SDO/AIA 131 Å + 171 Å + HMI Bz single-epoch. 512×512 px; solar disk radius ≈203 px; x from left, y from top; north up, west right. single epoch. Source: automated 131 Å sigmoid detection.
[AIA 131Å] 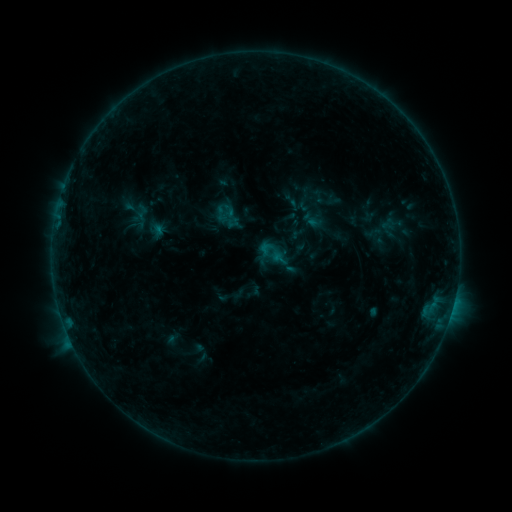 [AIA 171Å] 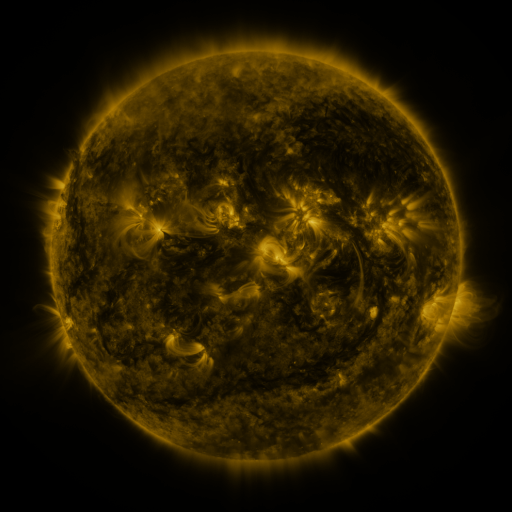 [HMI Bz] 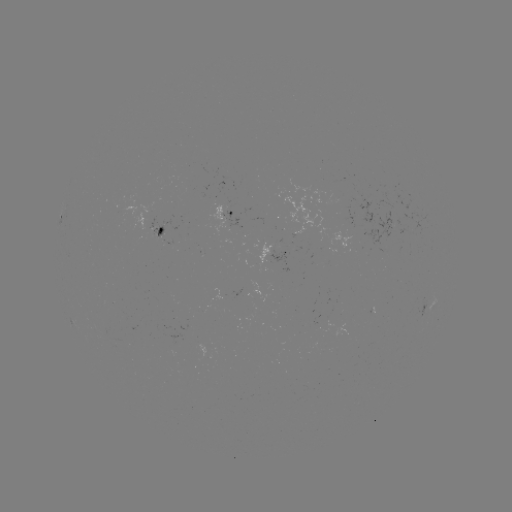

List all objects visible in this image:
sigmoid: <bbox>134, 203, 151, 222</bbox>
sigmoid: <bbox>213, 205, 229, 222</bbox>
